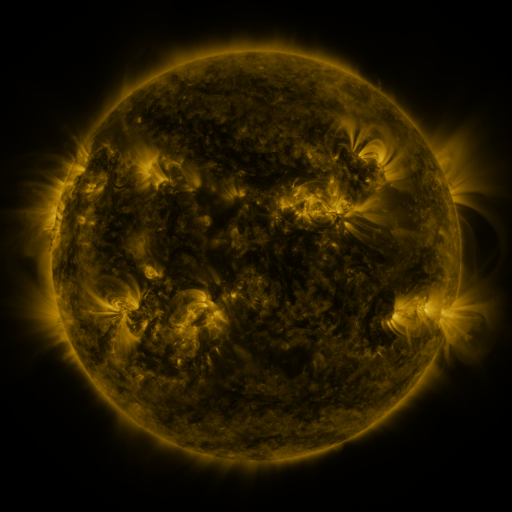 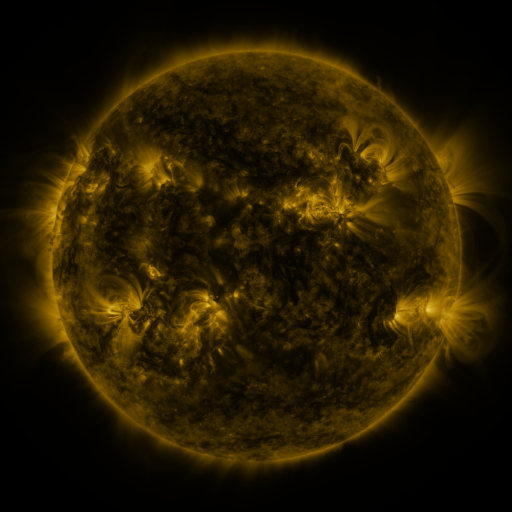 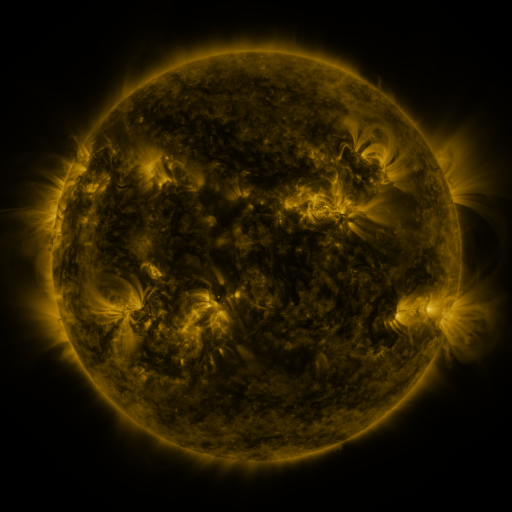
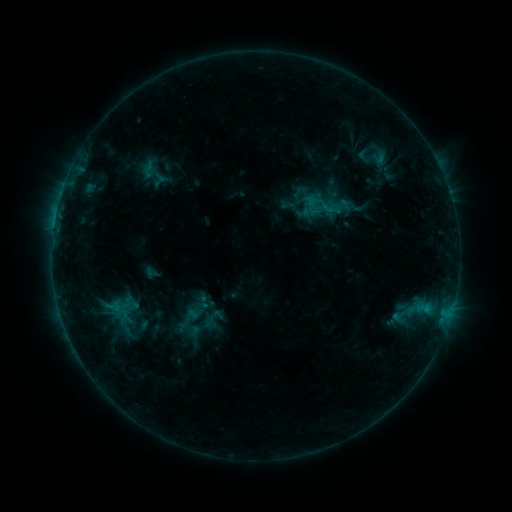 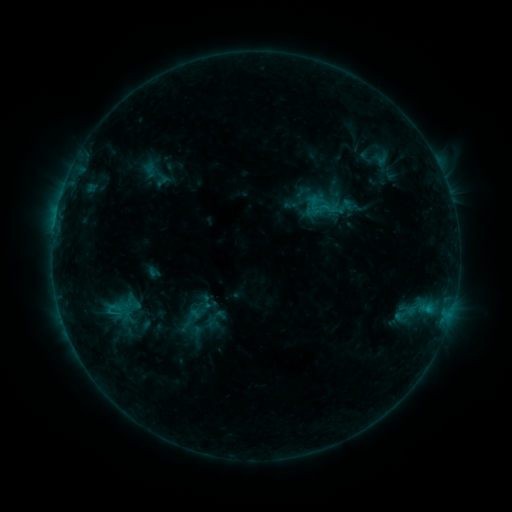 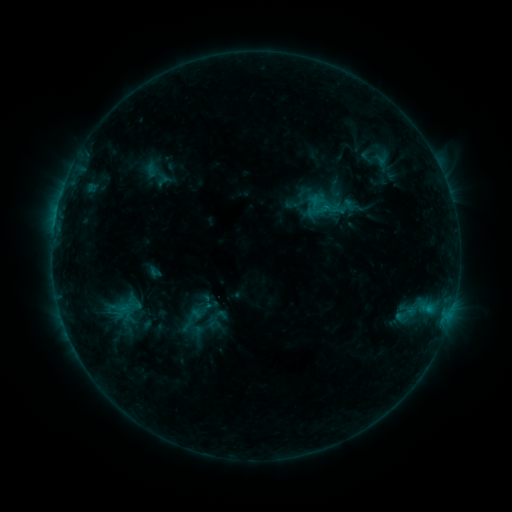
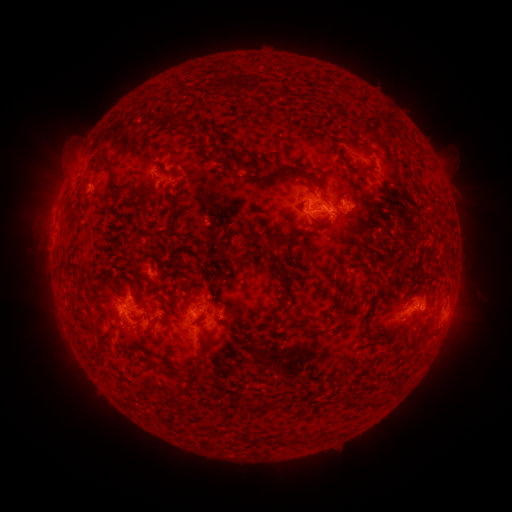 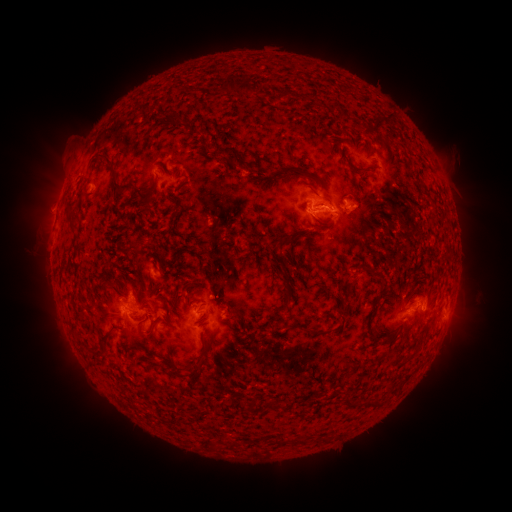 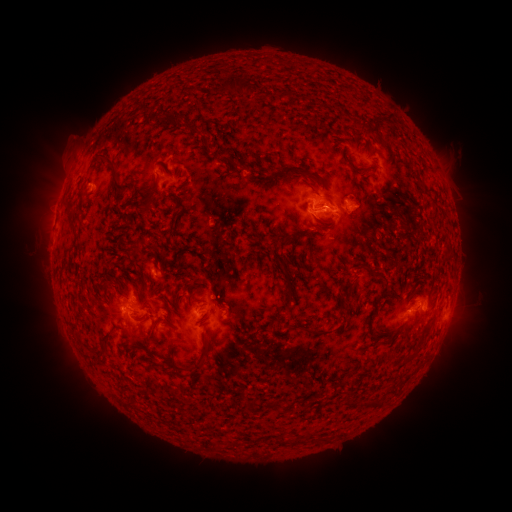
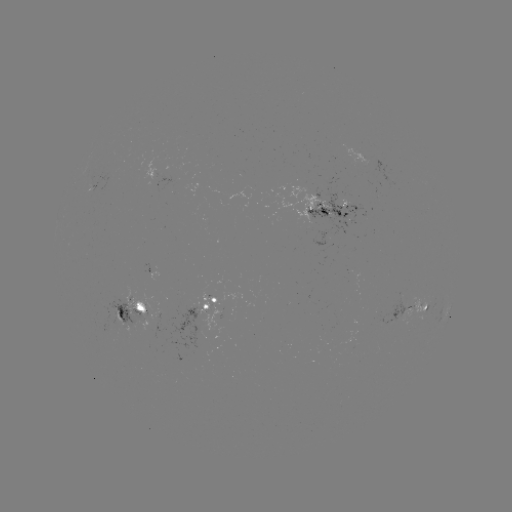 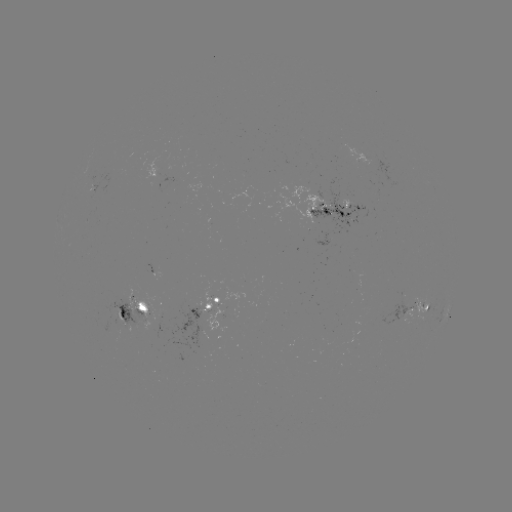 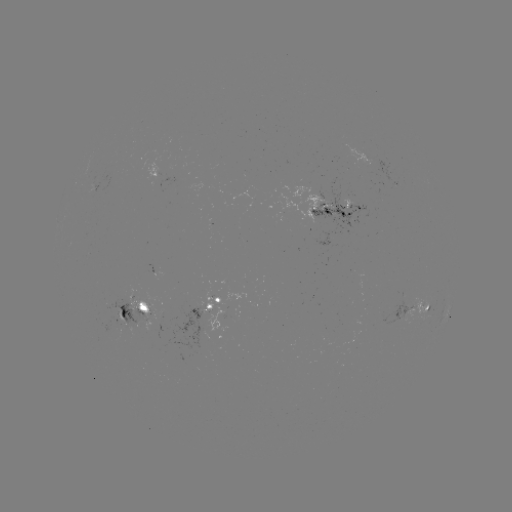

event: emerging-flux region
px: (128, 328)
